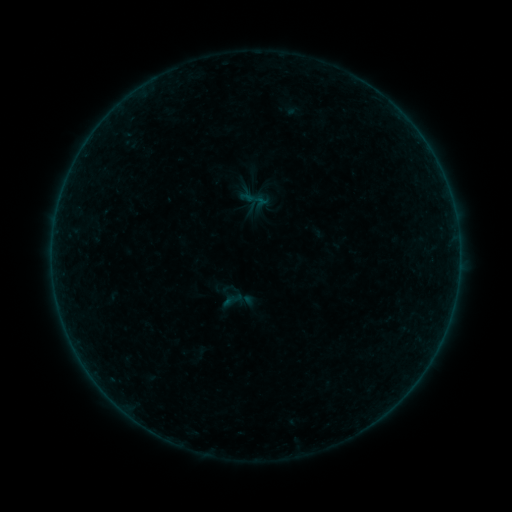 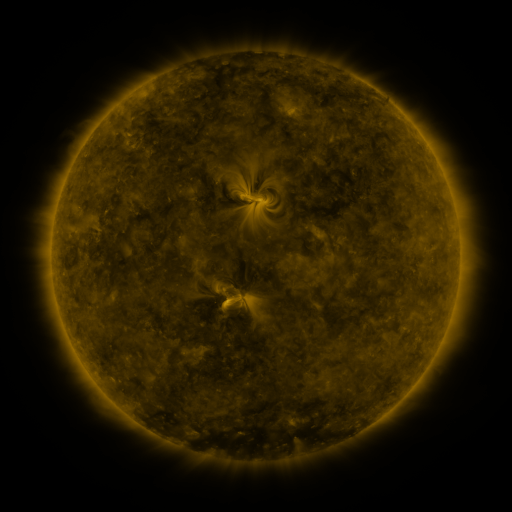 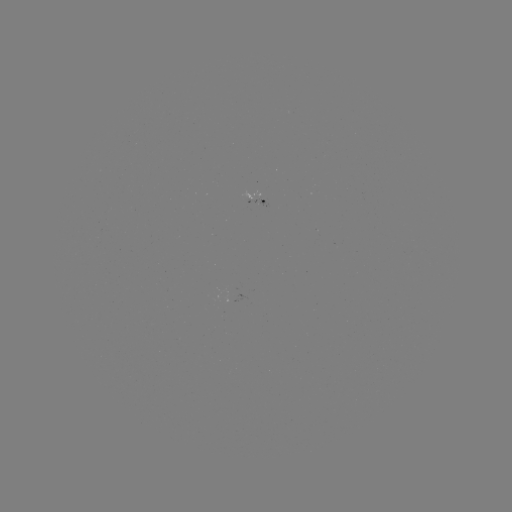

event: sigmoid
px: (232, 300)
